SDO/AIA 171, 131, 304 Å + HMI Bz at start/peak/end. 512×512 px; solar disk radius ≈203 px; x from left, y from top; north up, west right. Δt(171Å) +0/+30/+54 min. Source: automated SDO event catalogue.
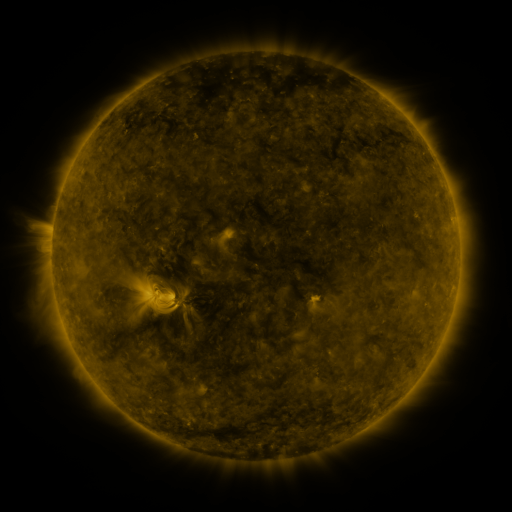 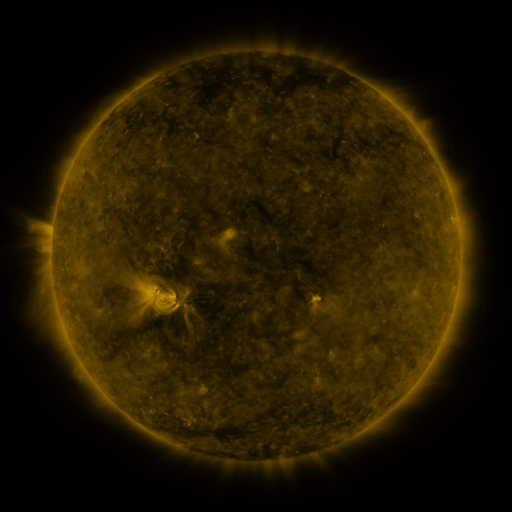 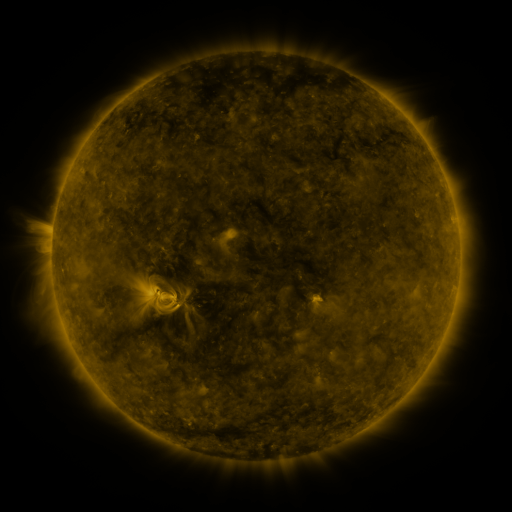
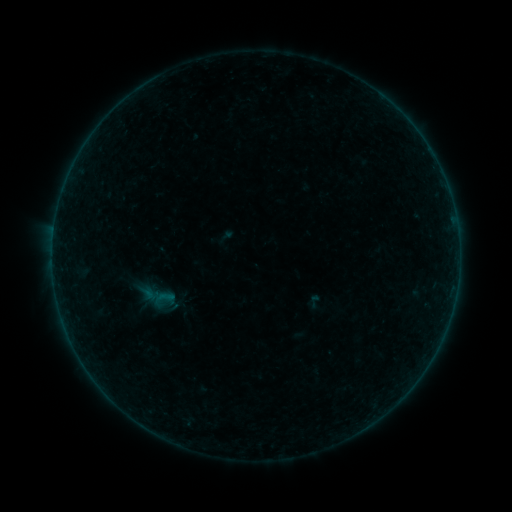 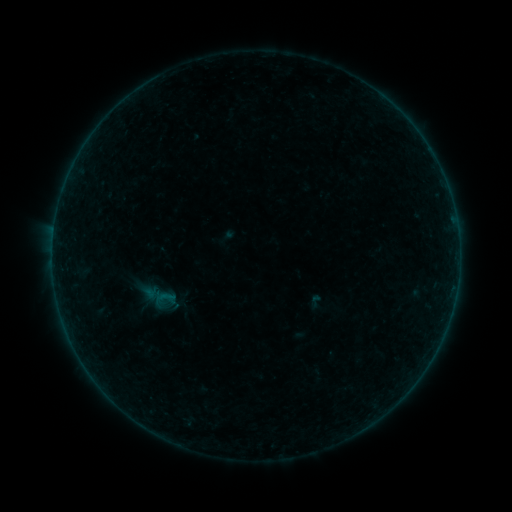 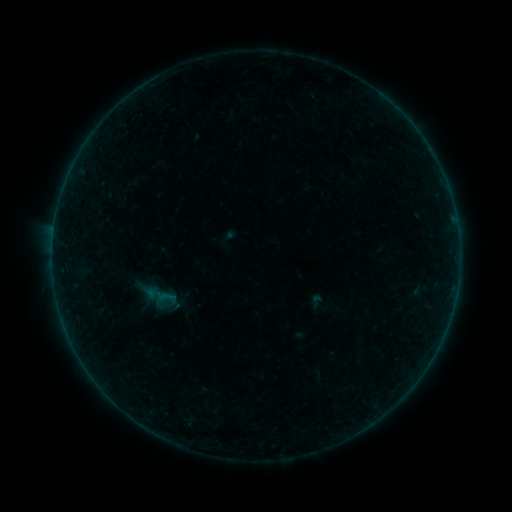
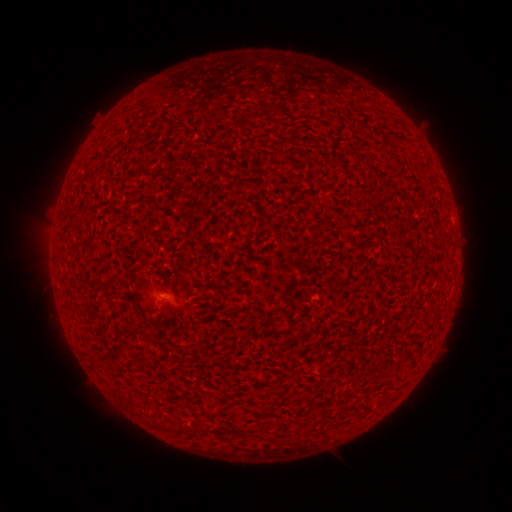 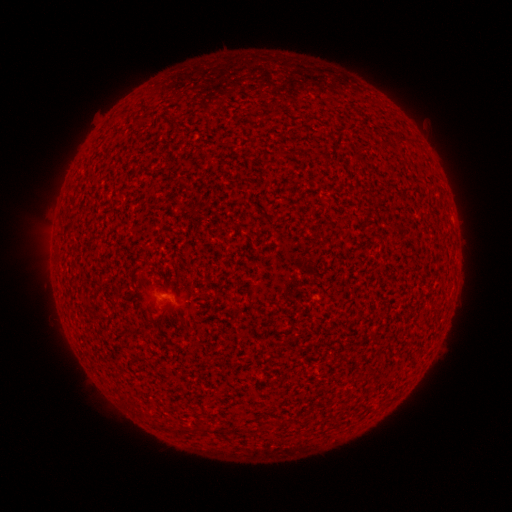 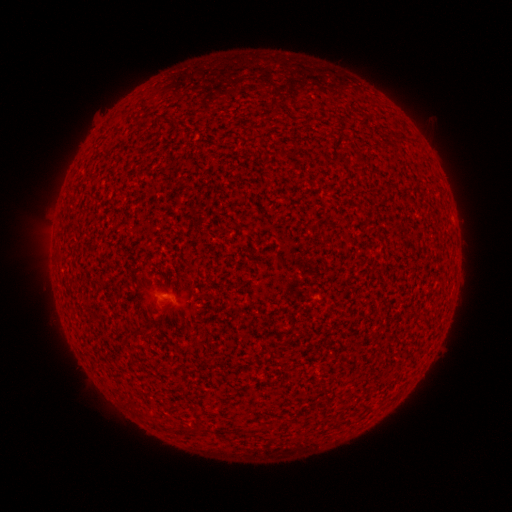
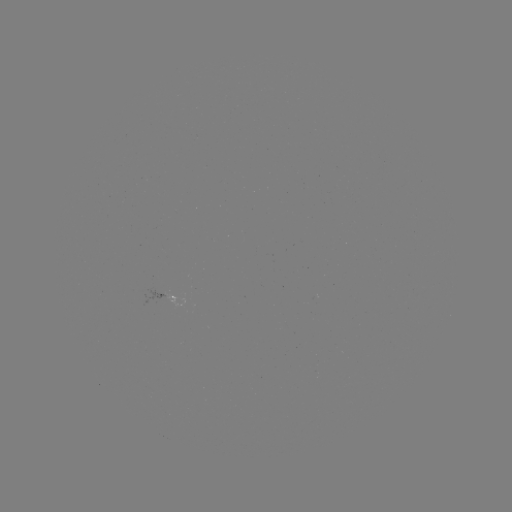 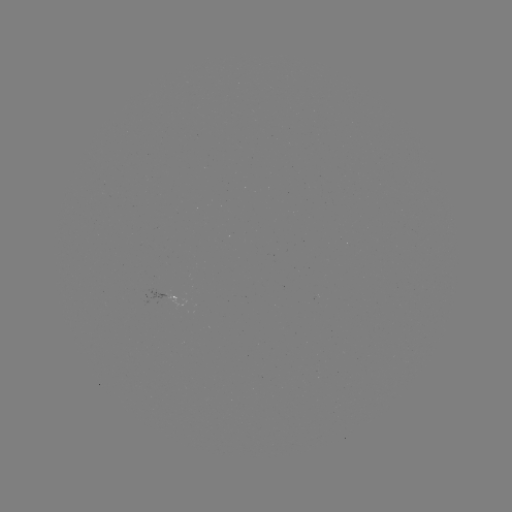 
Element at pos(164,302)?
A3.0 flare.